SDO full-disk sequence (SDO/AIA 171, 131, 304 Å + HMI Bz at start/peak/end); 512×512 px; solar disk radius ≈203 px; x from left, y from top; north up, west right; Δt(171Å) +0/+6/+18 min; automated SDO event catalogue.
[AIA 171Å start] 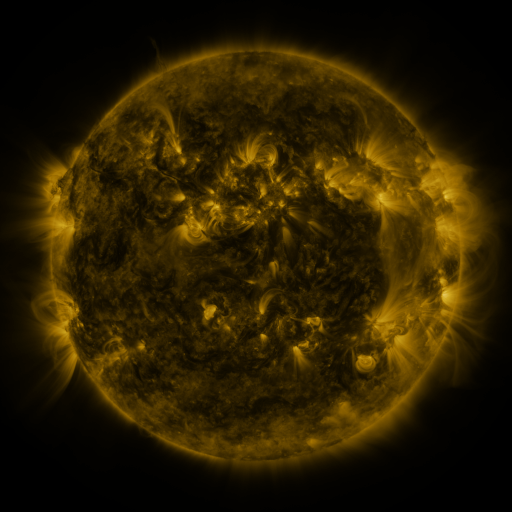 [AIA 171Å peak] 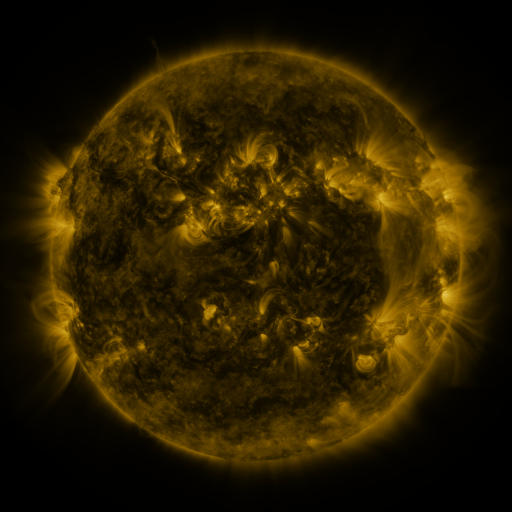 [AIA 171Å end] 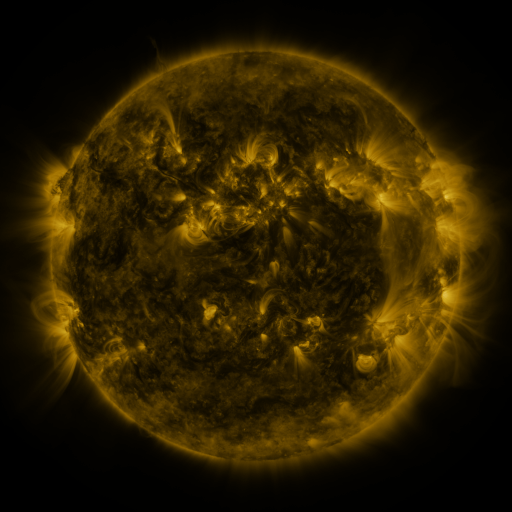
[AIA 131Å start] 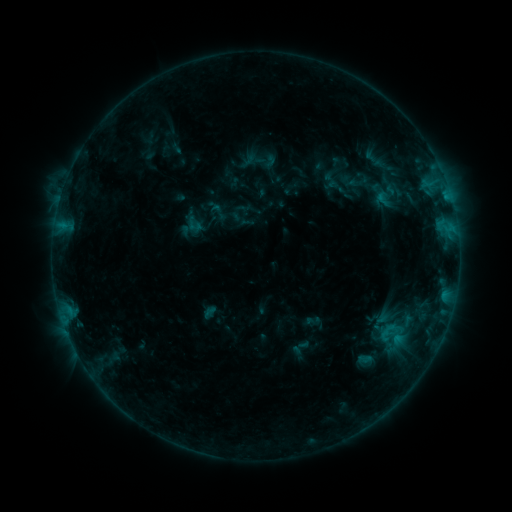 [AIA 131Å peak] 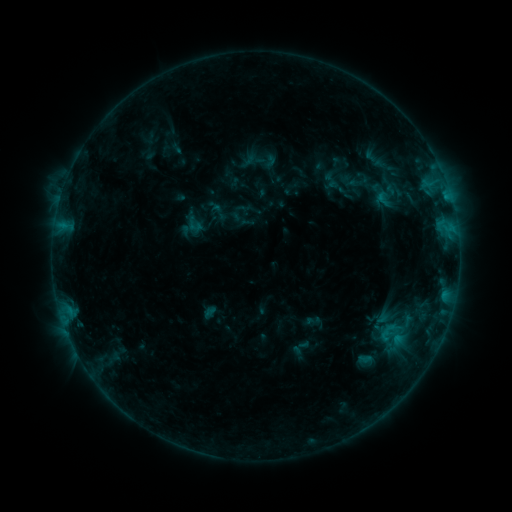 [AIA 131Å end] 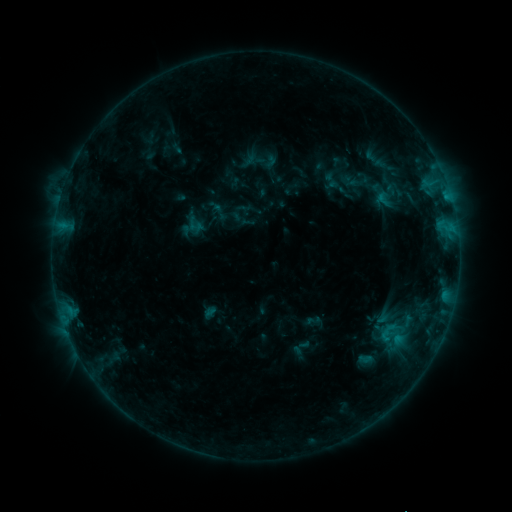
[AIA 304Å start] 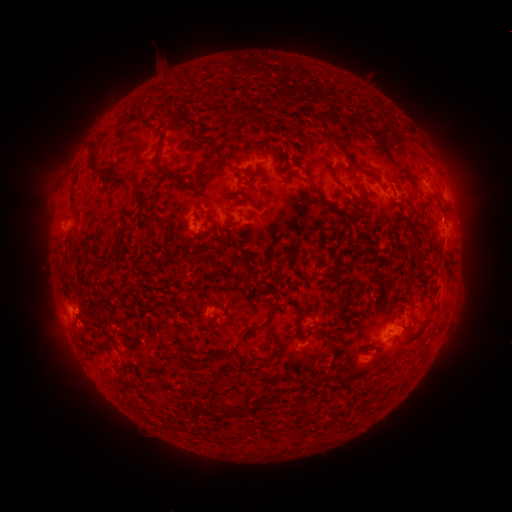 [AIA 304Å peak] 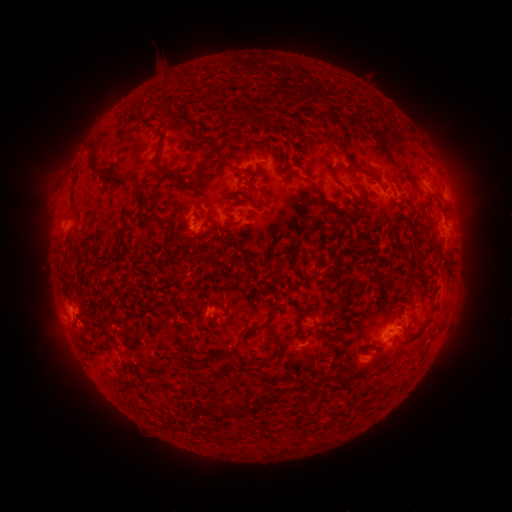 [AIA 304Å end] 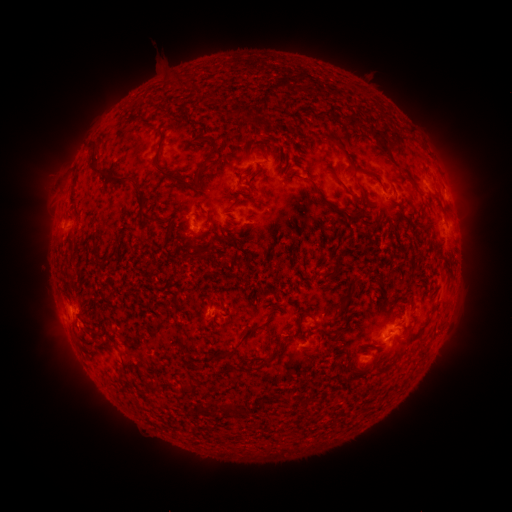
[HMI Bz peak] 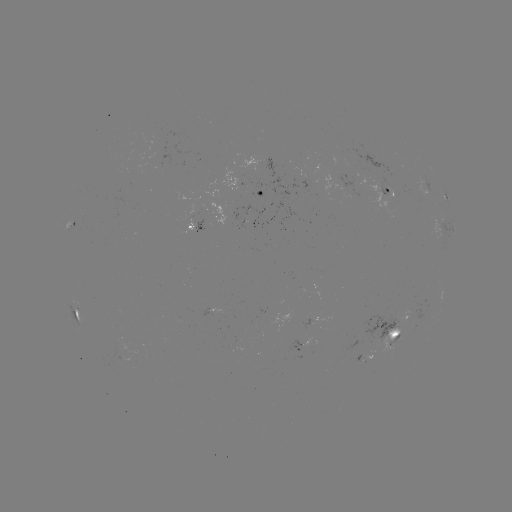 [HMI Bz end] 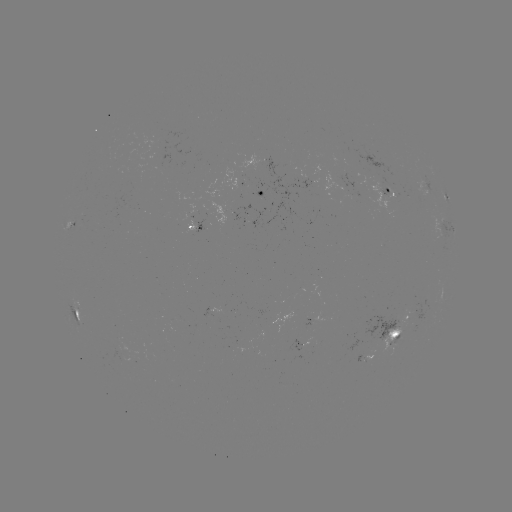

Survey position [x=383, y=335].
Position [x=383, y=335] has B5.8 flare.